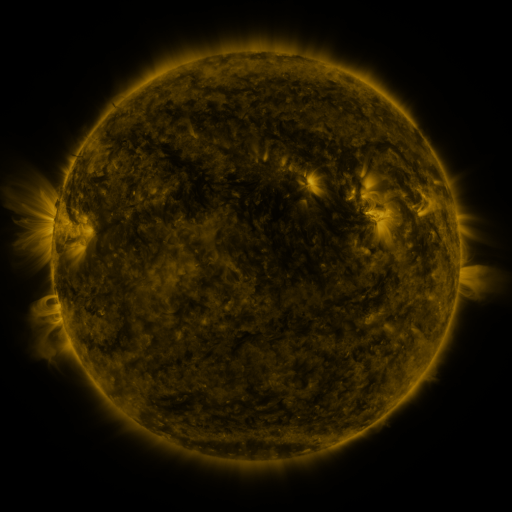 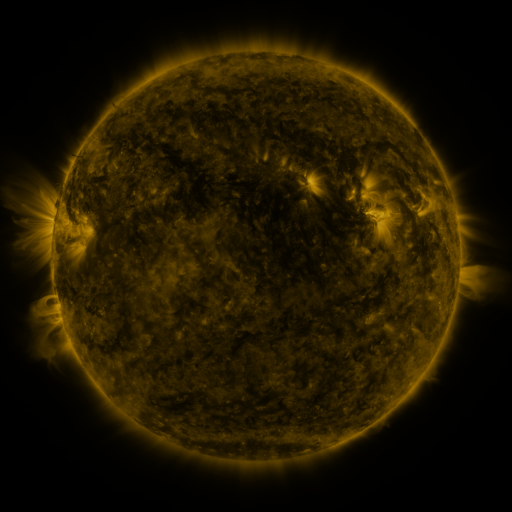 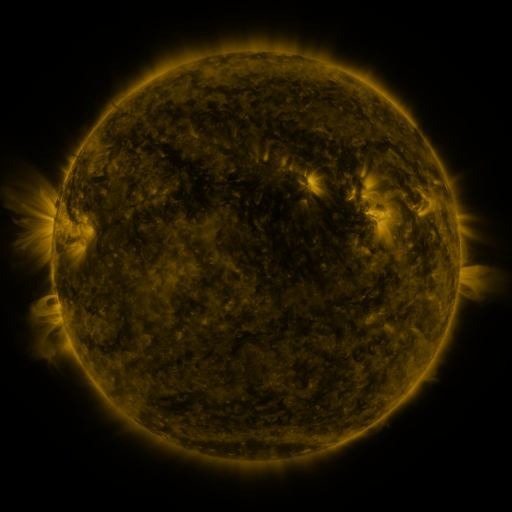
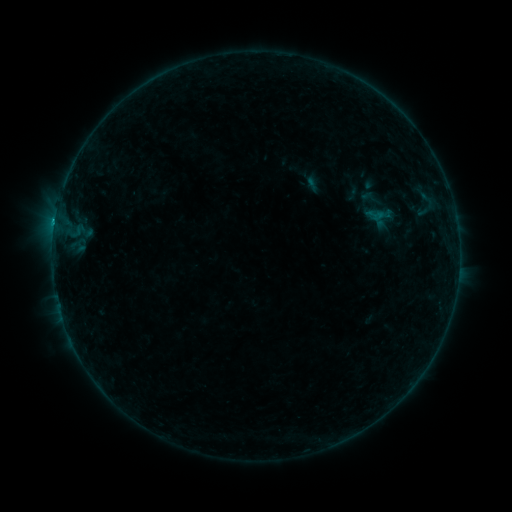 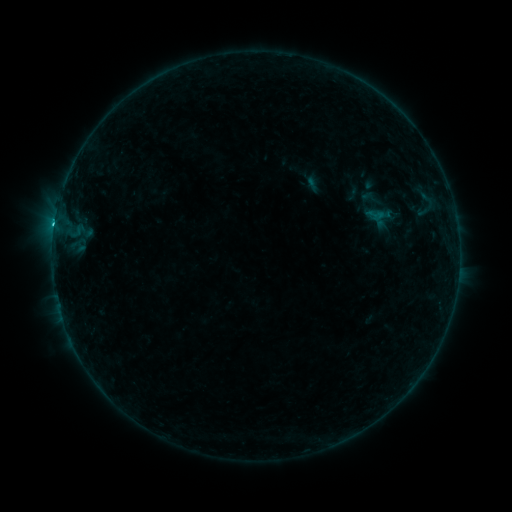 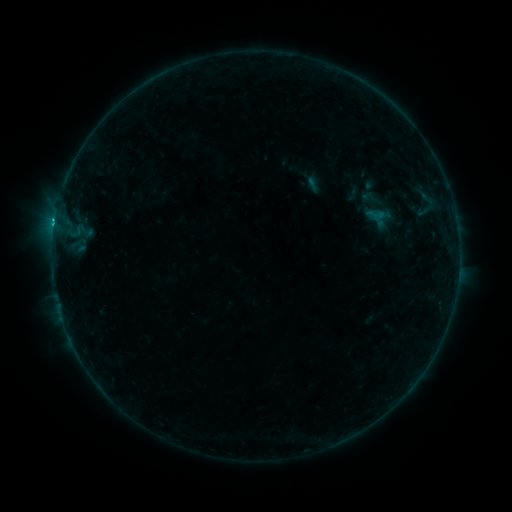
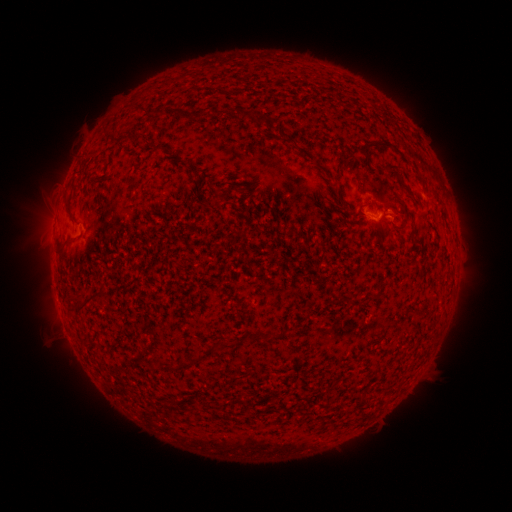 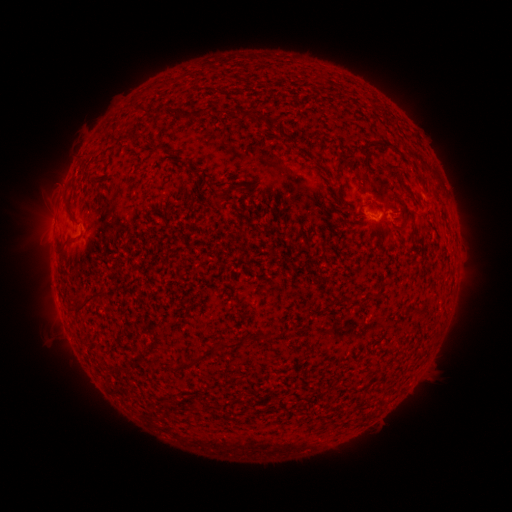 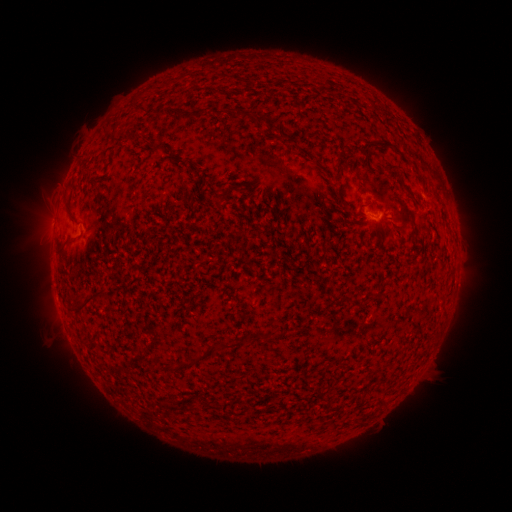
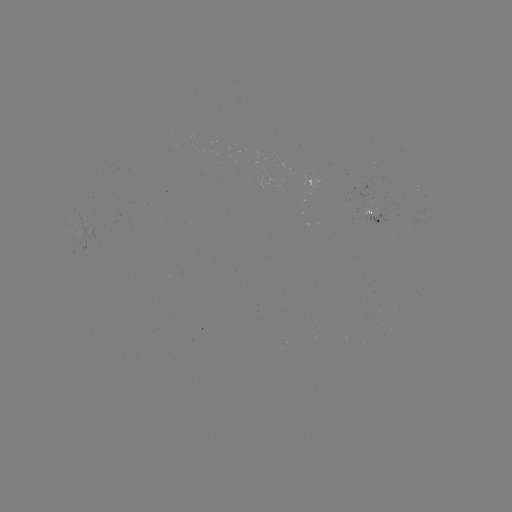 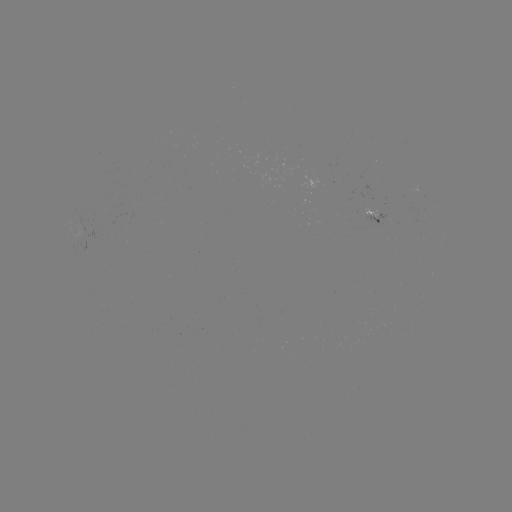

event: flare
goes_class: C1.4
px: (55, 223)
